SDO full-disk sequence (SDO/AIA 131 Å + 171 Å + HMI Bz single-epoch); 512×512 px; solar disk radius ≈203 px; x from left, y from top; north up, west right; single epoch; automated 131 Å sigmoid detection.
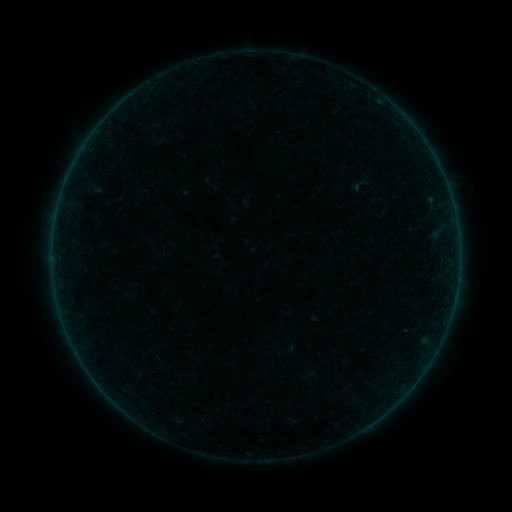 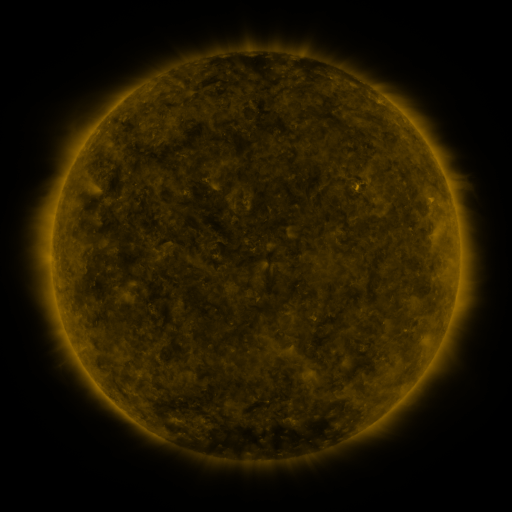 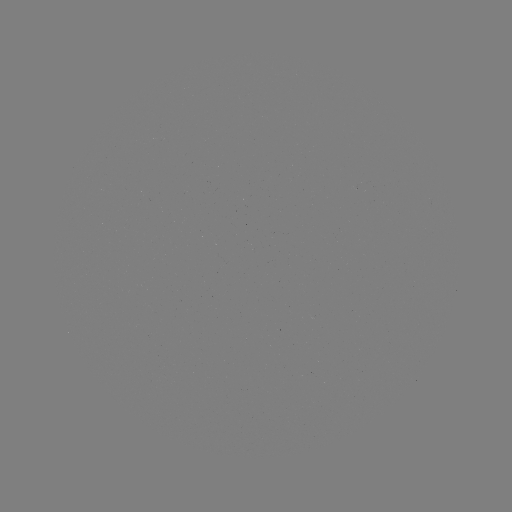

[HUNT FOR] sigmoid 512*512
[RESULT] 360,185